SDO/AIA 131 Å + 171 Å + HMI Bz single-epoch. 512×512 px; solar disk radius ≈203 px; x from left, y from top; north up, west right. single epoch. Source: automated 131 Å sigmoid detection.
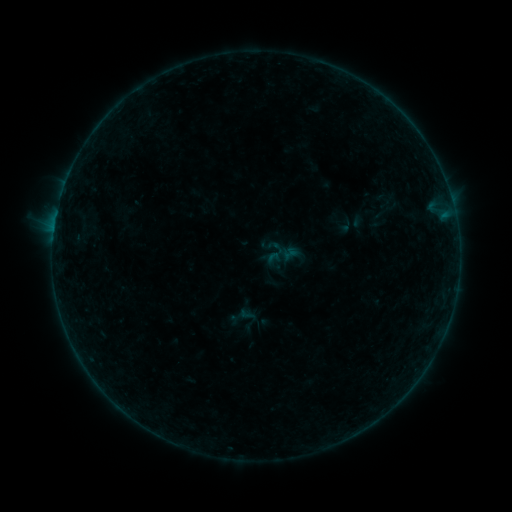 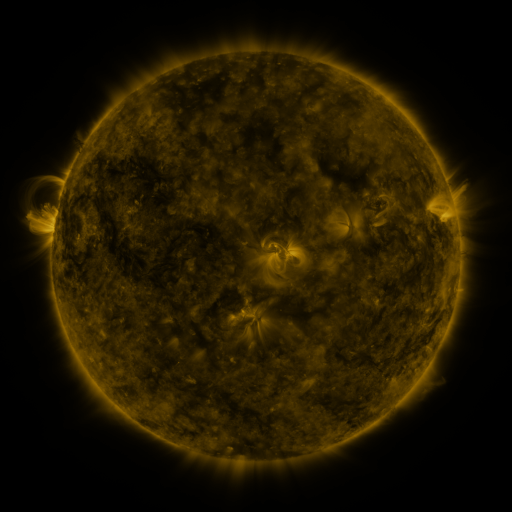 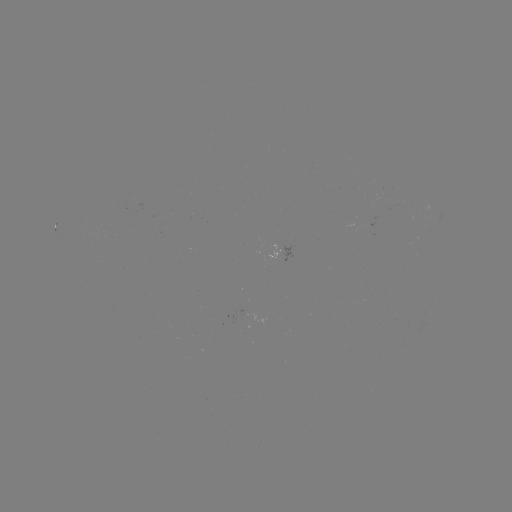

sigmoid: [227, 302, 259, 333]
